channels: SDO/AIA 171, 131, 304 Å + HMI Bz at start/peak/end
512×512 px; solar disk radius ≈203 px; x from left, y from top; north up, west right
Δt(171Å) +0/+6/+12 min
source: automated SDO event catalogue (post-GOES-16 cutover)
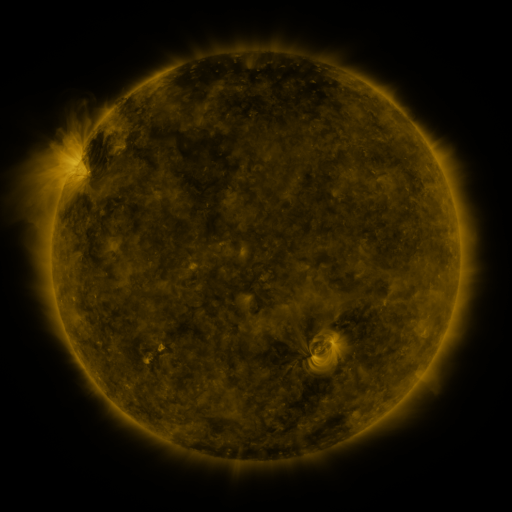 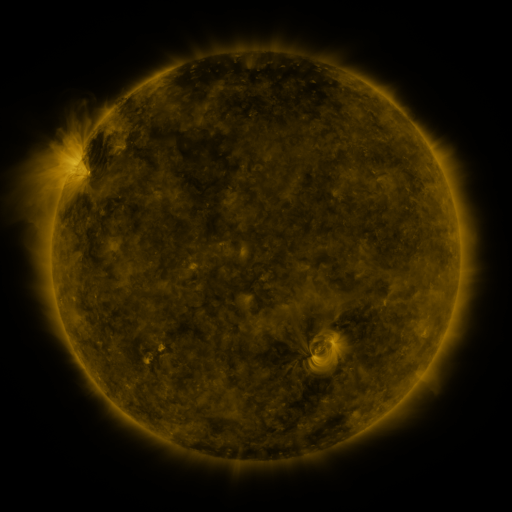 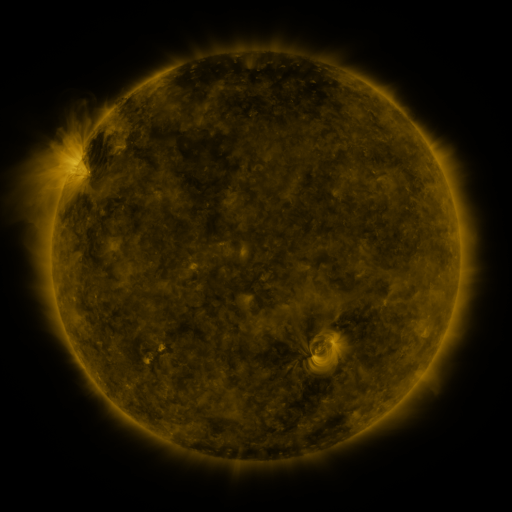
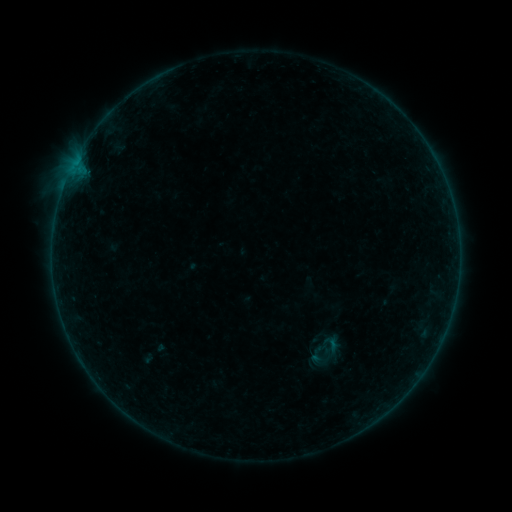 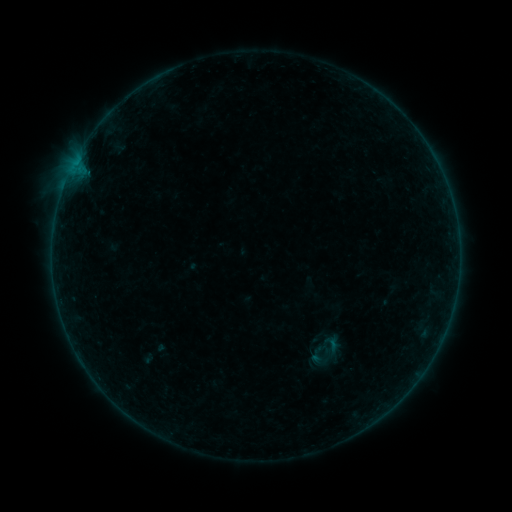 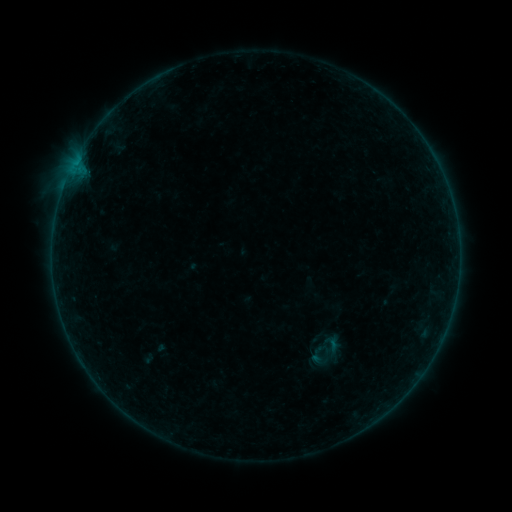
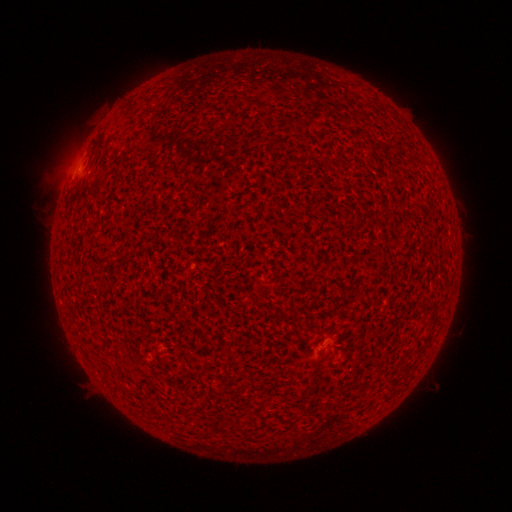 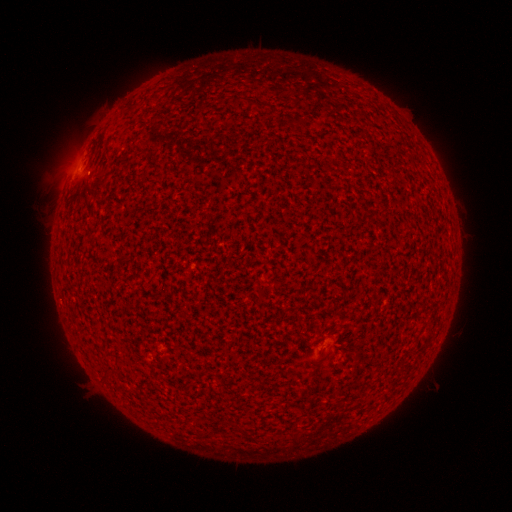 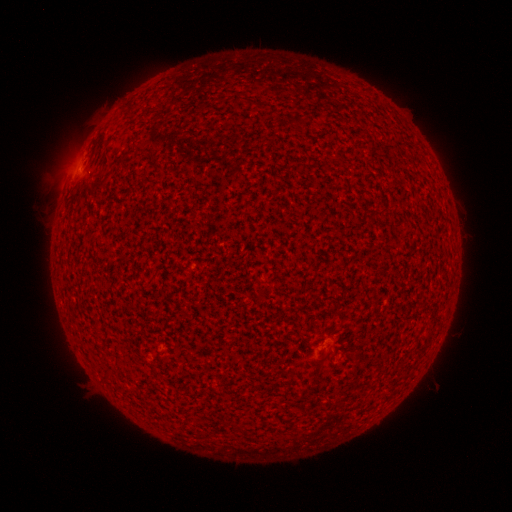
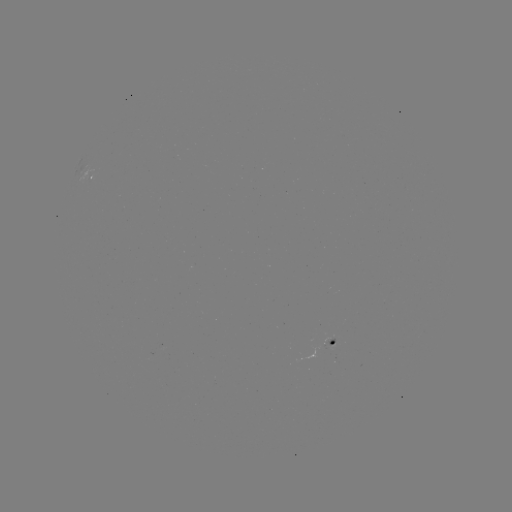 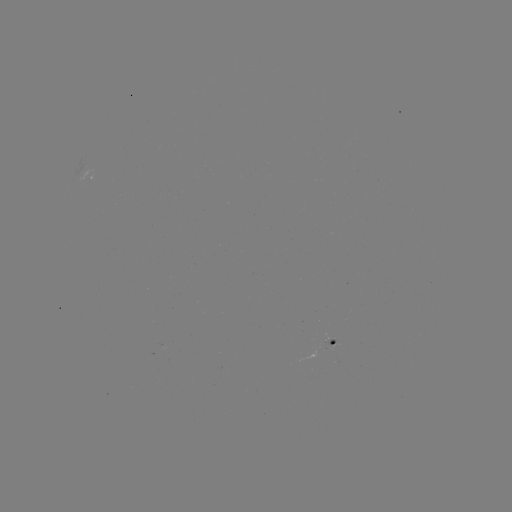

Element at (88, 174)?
A3.9 flare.